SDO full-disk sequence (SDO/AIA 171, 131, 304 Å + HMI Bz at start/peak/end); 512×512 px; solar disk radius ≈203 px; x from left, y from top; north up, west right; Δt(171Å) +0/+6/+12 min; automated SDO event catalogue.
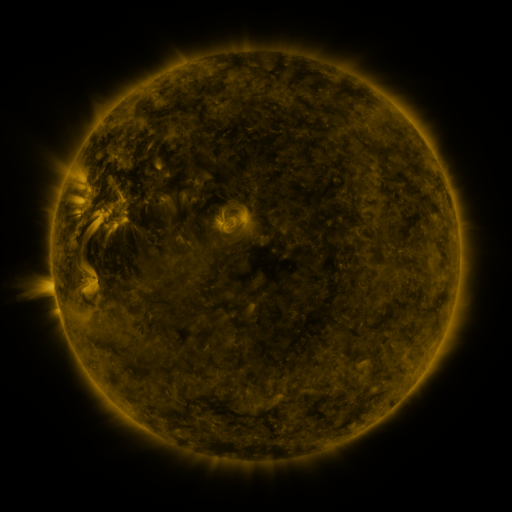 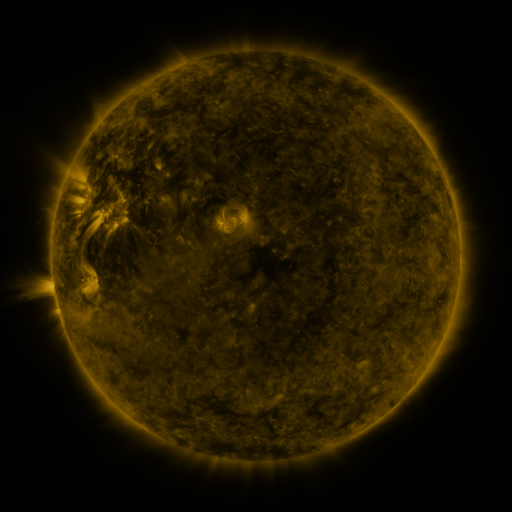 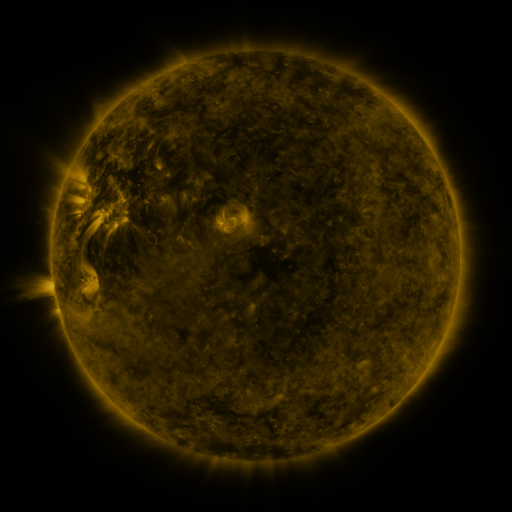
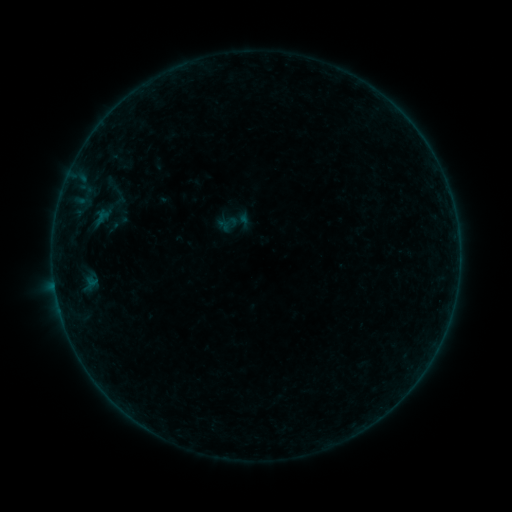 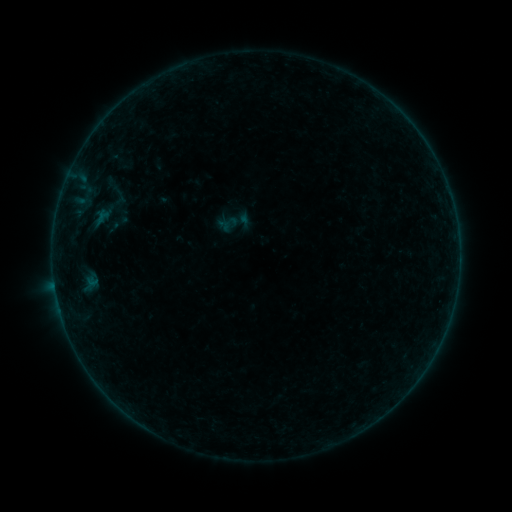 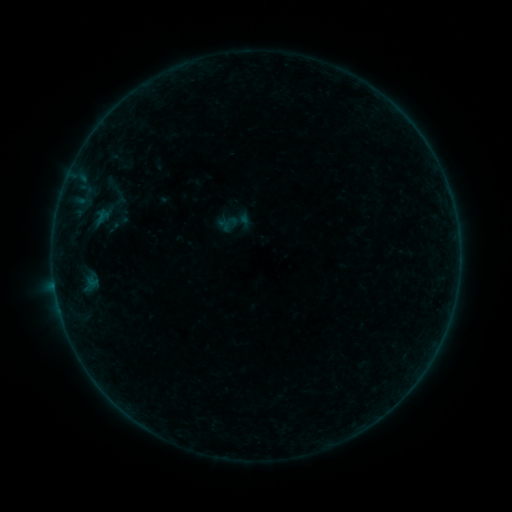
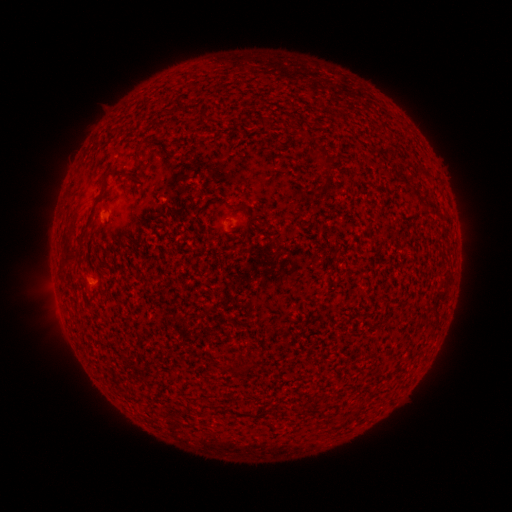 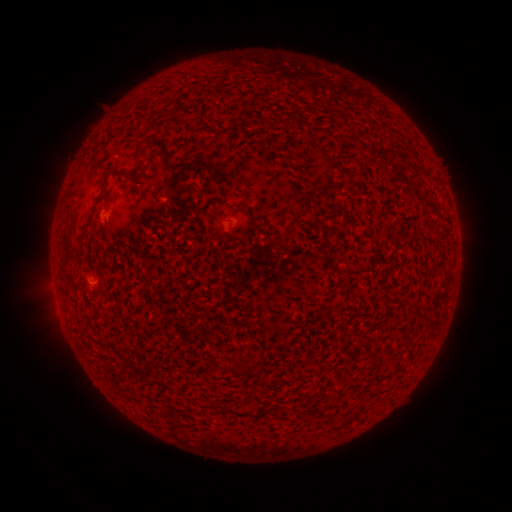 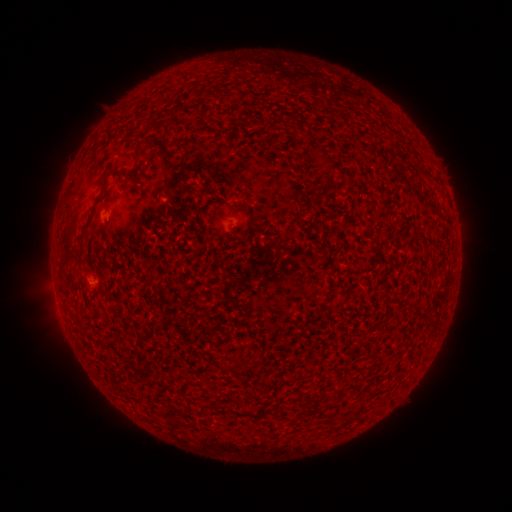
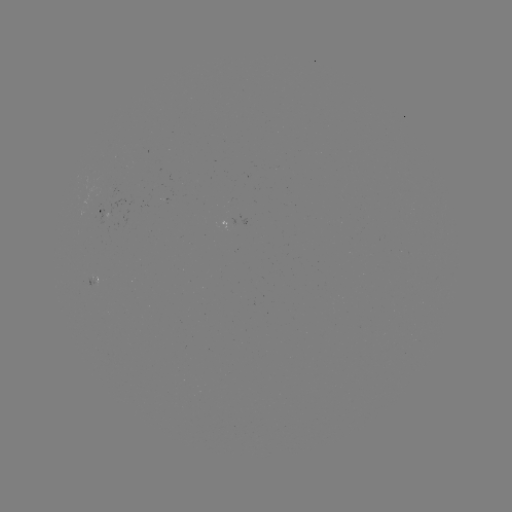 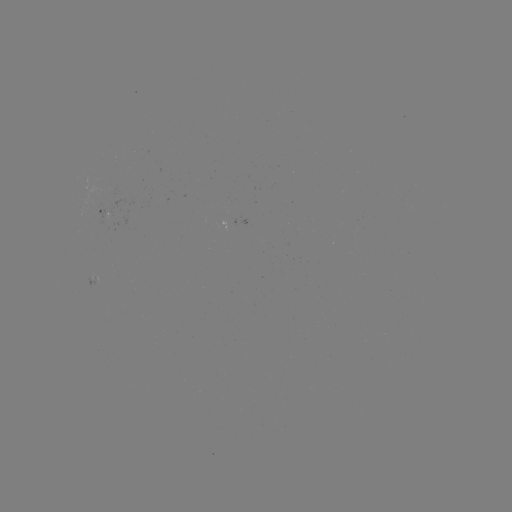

no flare in any classed list; no EUV-trigger detection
